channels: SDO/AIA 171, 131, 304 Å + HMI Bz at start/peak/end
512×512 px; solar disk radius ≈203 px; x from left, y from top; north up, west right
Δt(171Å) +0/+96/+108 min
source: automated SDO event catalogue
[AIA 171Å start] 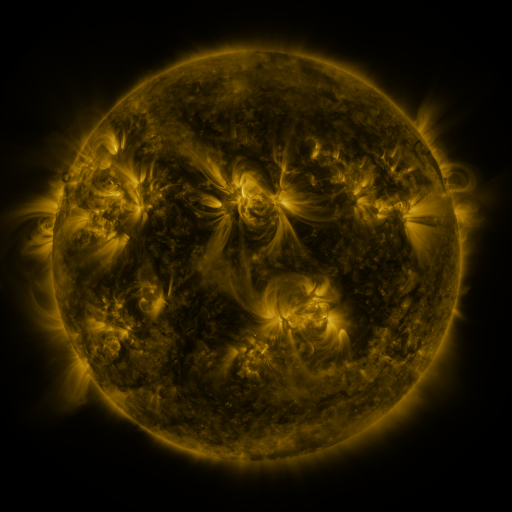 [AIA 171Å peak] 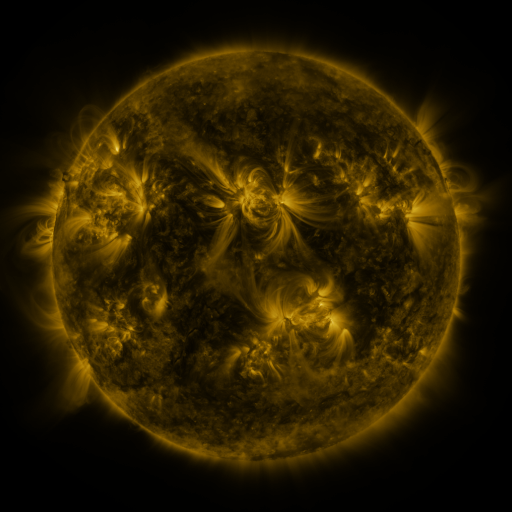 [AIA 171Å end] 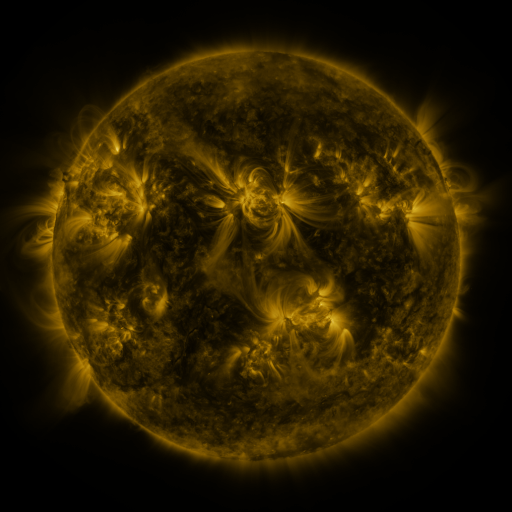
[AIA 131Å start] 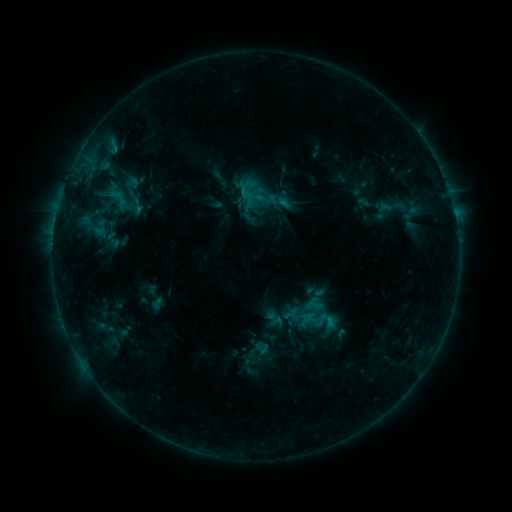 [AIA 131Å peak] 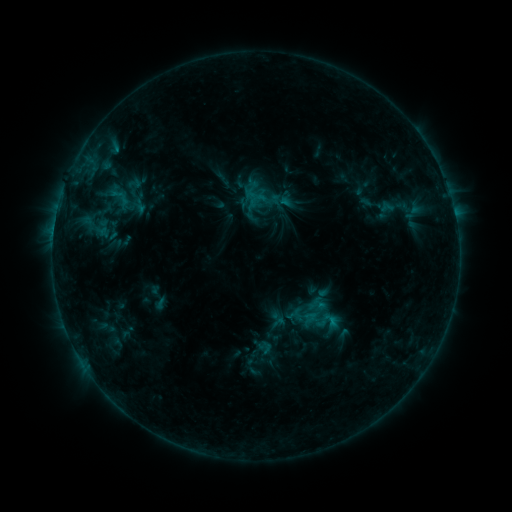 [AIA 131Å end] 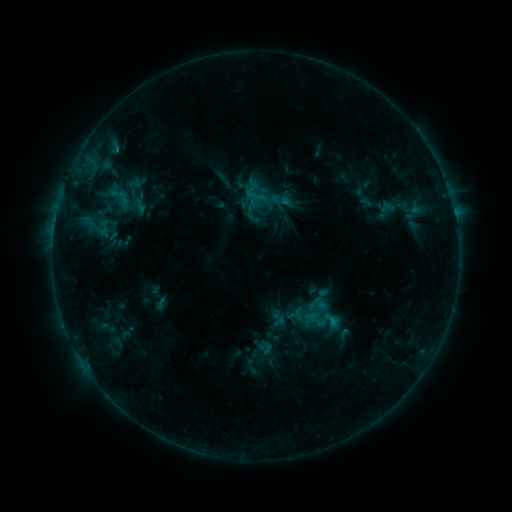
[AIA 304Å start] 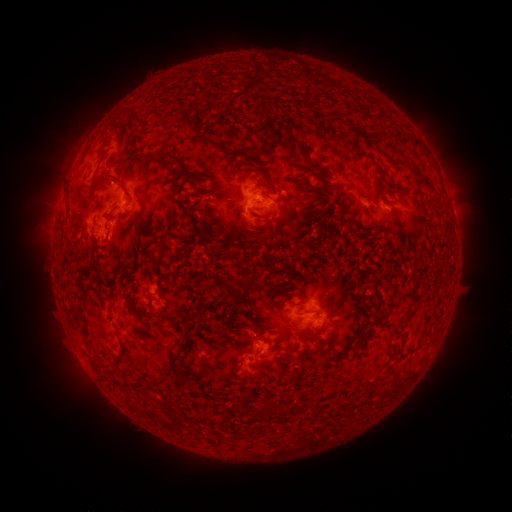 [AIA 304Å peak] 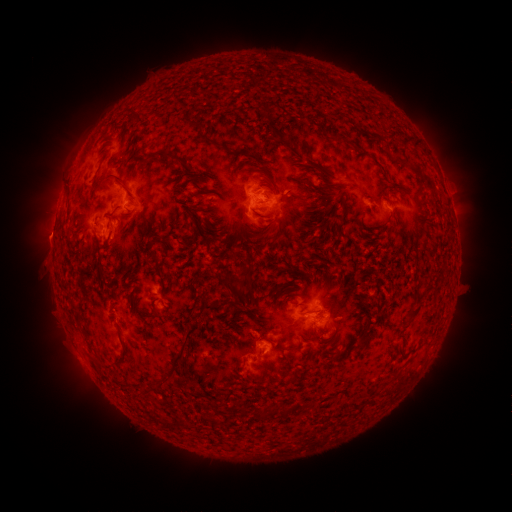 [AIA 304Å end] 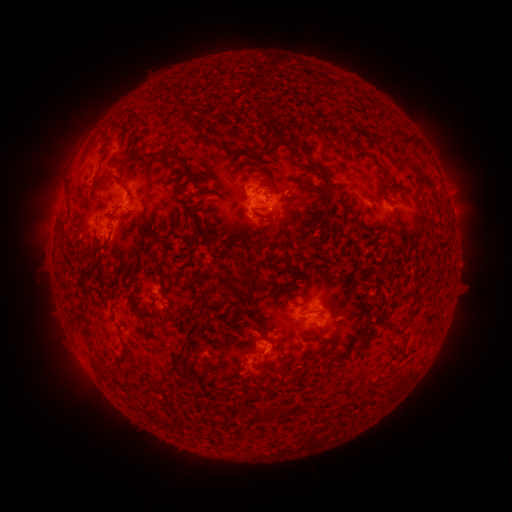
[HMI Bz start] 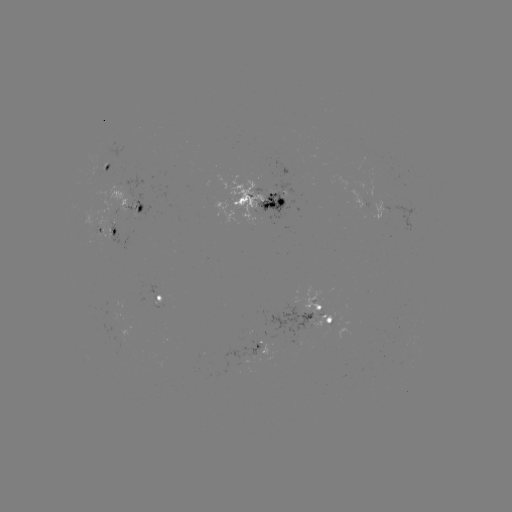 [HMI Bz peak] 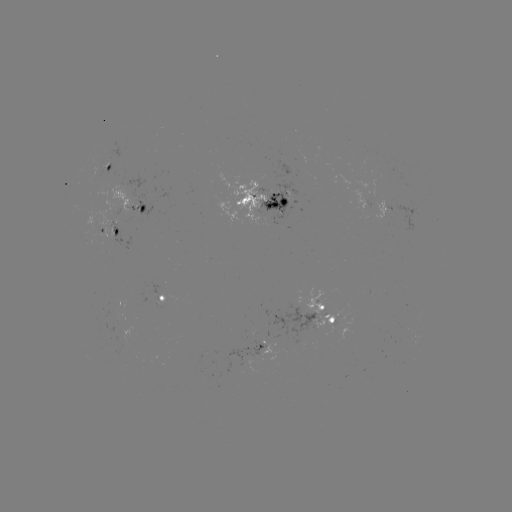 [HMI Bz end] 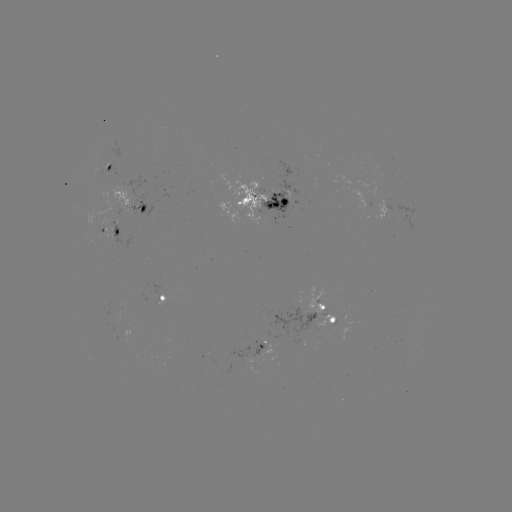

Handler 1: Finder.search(emerging-flux region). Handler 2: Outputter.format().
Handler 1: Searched emerging-flux region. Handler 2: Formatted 253,354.